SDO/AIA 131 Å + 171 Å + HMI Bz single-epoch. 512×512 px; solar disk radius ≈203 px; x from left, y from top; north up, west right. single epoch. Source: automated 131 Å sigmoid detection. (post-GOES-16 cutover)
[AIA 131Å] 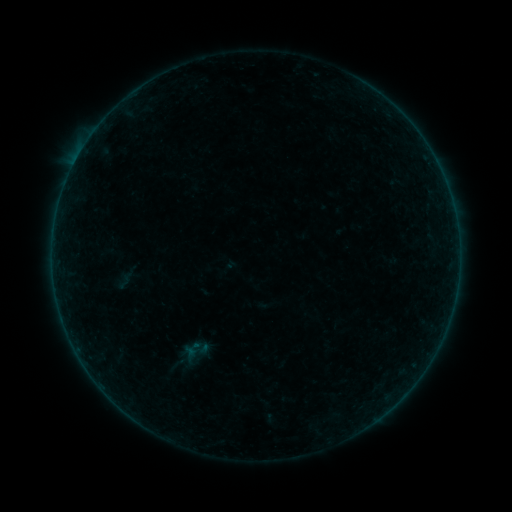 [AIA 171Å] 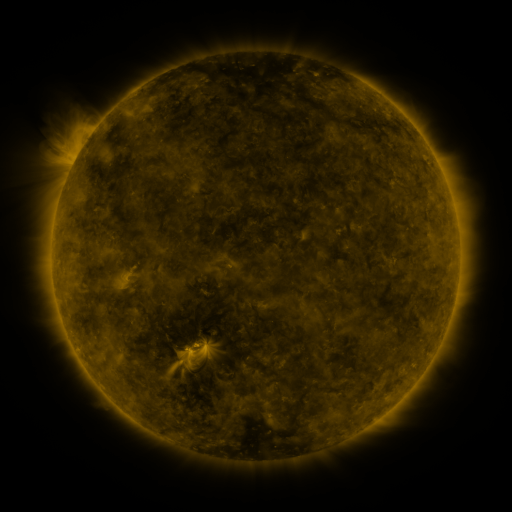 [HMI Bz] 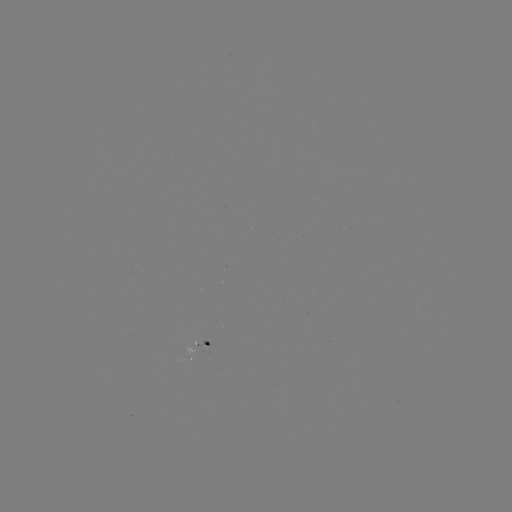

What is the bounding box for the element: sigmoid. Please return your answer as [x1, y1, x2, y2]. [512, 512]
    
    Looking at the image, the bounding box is [118, 262, 140, 287].